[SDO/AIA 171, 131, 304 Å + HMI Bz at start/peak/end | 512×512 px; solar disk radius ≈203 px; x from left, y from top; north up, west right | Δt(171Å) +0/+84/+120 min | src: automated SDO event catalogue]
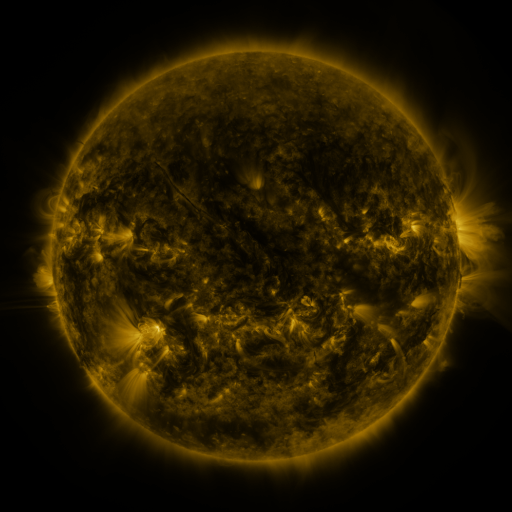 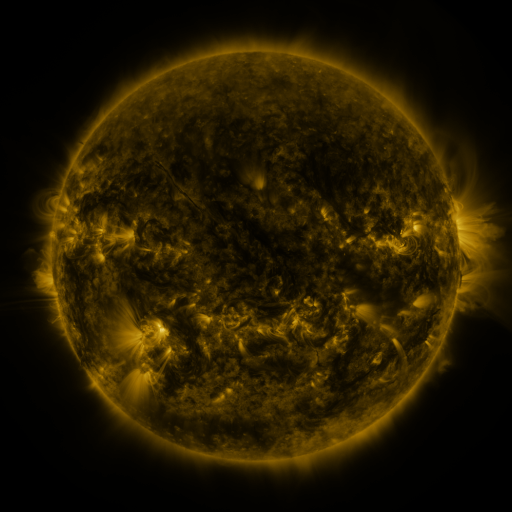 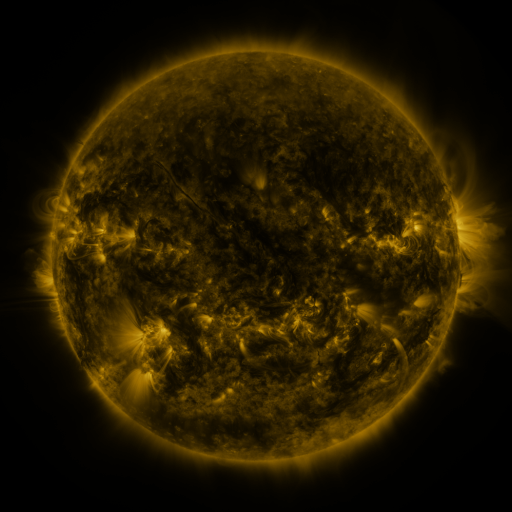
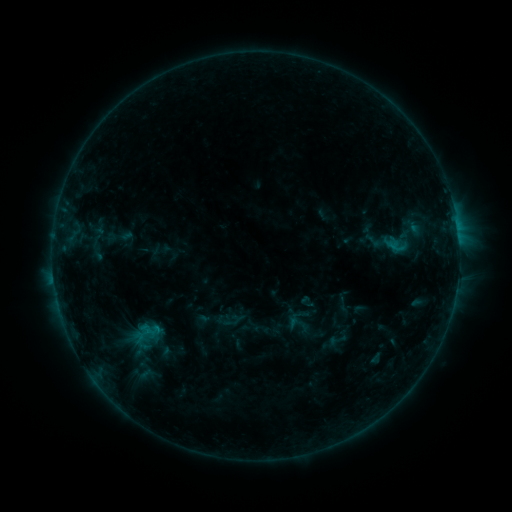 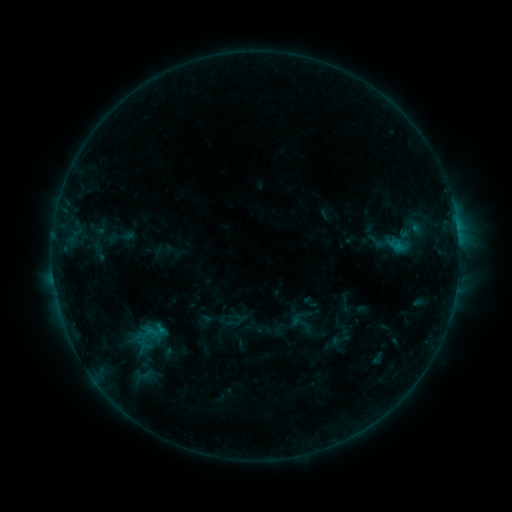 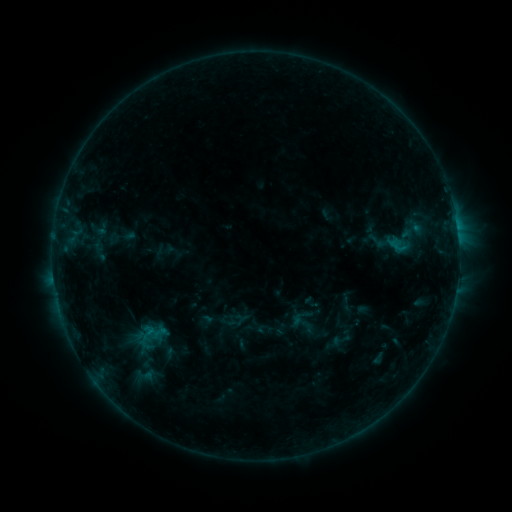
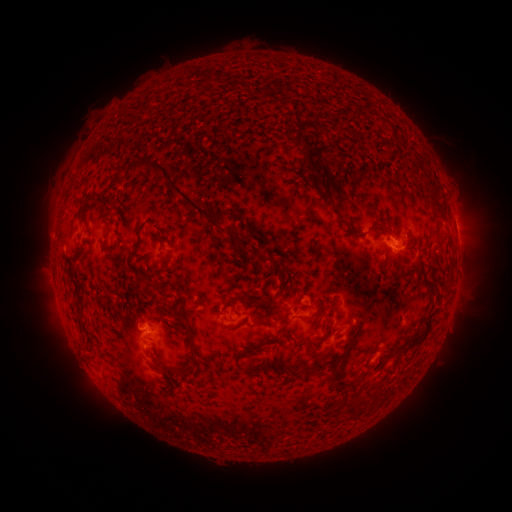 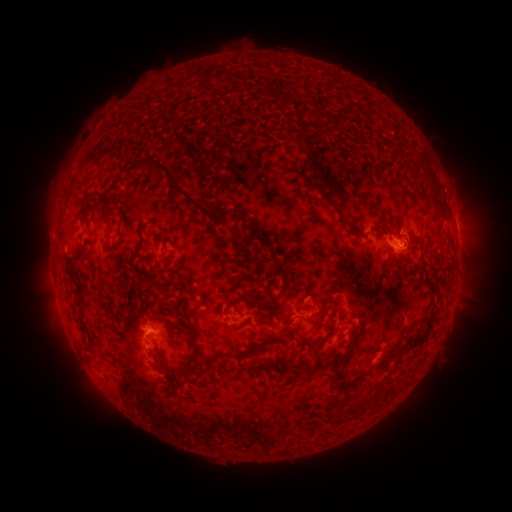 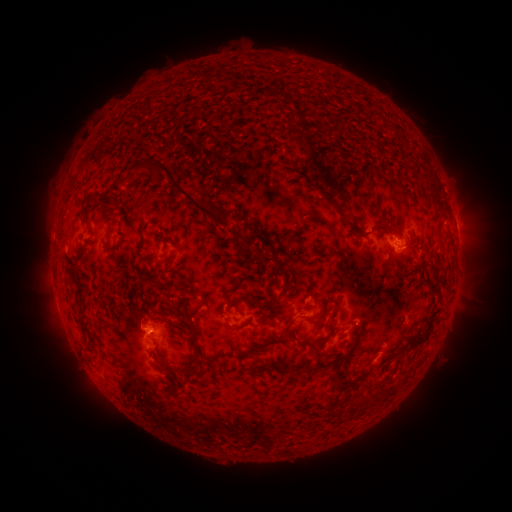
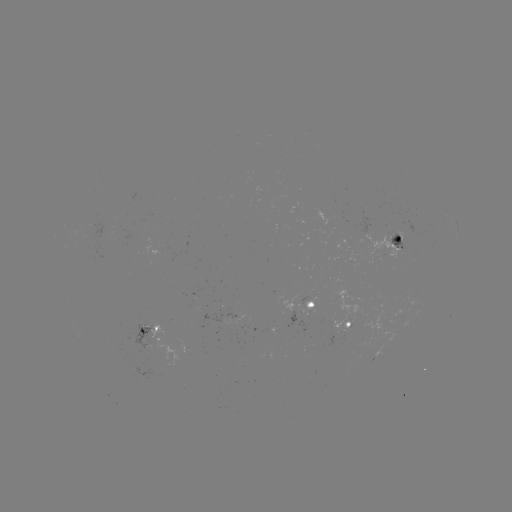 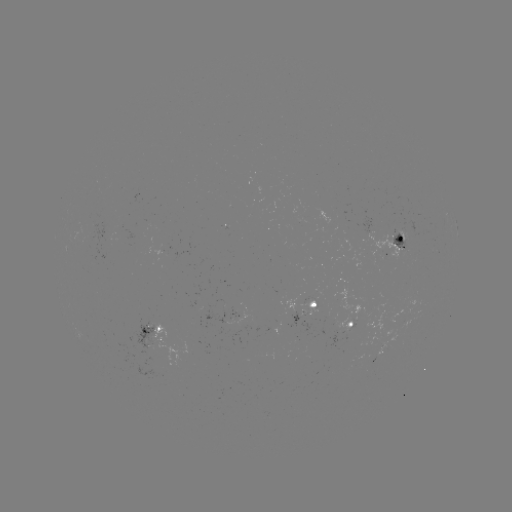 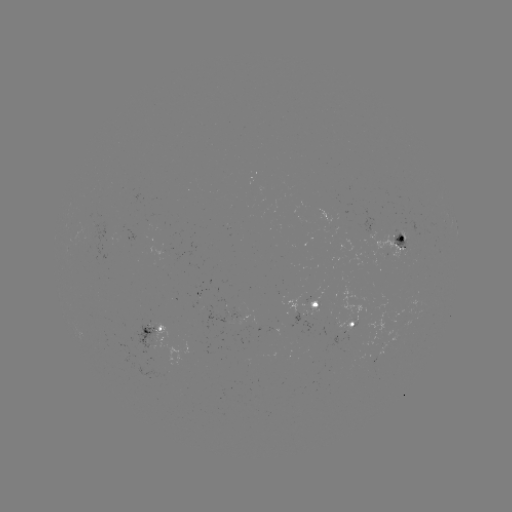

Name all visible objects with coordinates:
emerging-flux region: (401, 247)
